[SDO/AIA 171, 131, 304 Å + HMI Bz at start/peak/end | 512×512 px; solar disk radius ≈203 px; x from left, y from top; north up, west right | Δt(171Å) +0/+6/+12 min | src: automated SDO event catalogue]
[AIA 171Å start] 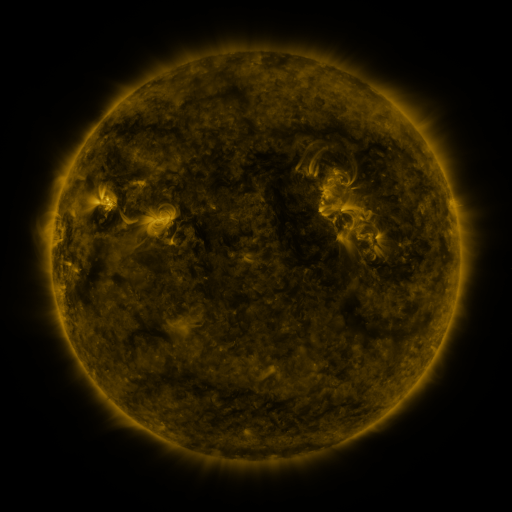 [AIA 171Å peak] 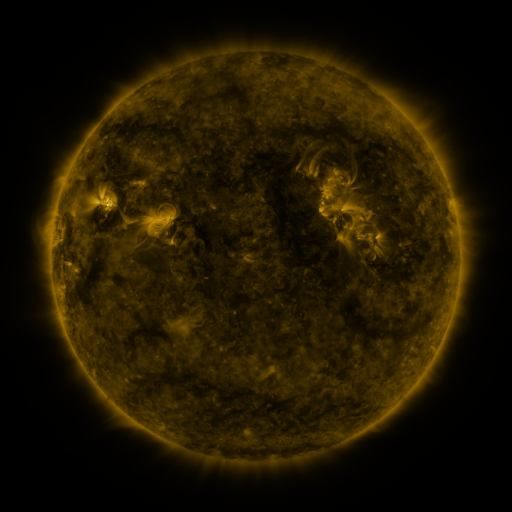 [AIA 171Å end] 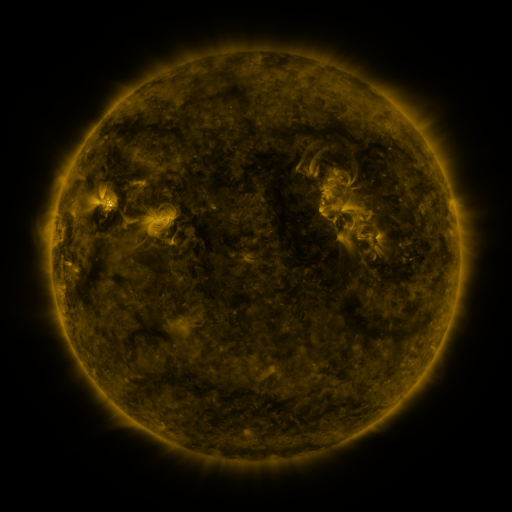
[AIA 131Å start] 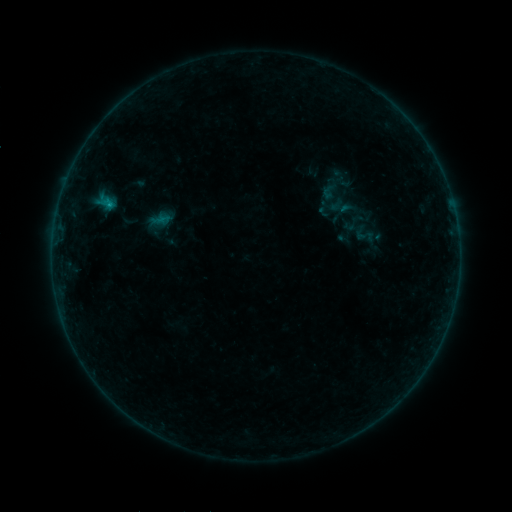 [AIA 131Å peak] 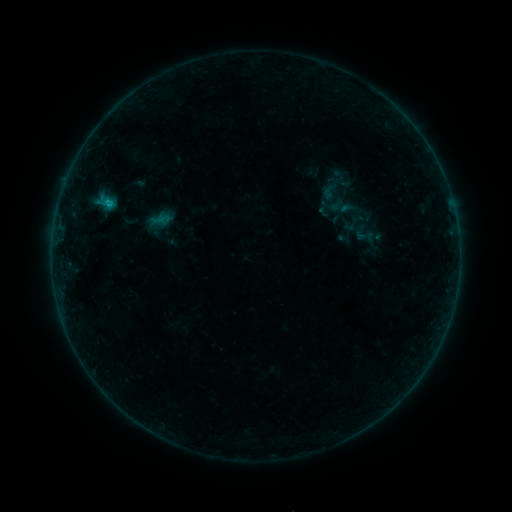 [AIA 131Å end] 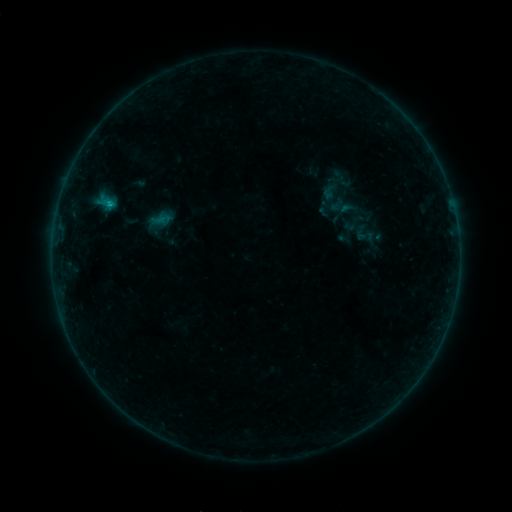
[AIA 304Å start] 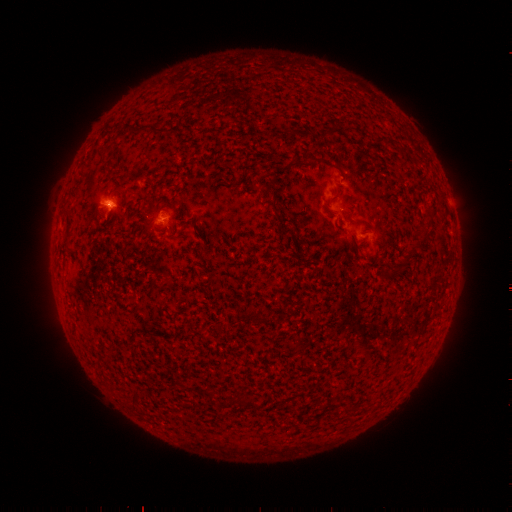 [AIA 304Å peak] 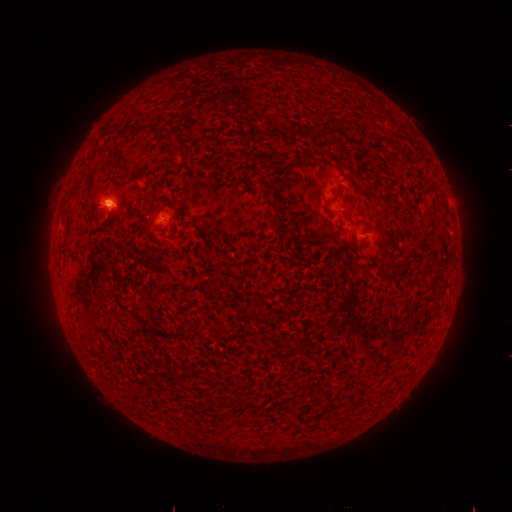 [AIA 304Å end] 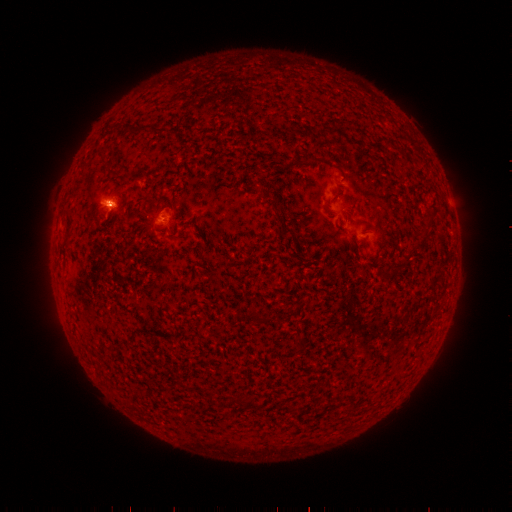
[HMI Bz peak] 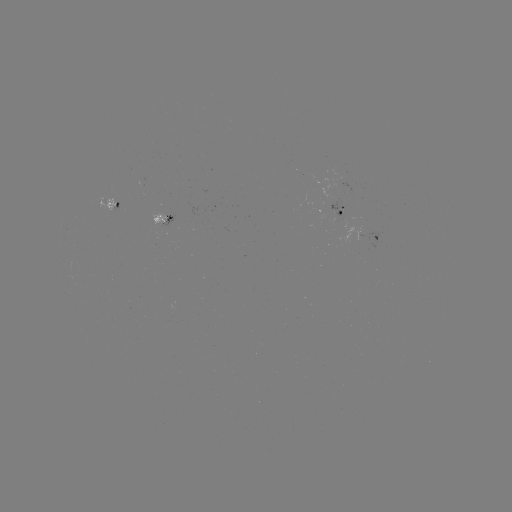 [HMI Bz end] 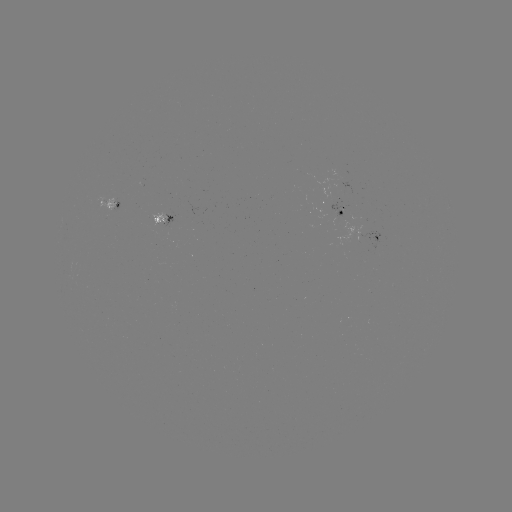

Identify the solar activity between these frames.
B3.6 flare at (109, 205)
